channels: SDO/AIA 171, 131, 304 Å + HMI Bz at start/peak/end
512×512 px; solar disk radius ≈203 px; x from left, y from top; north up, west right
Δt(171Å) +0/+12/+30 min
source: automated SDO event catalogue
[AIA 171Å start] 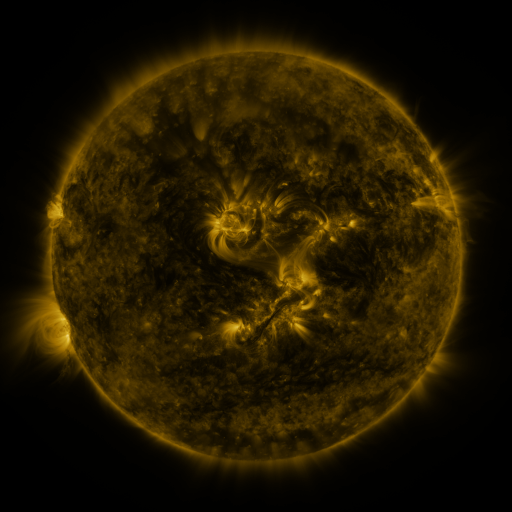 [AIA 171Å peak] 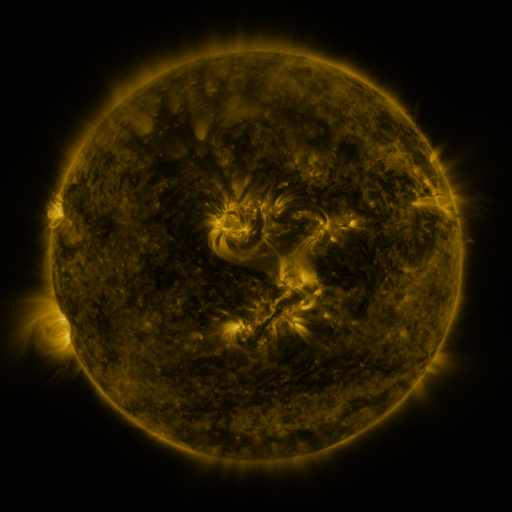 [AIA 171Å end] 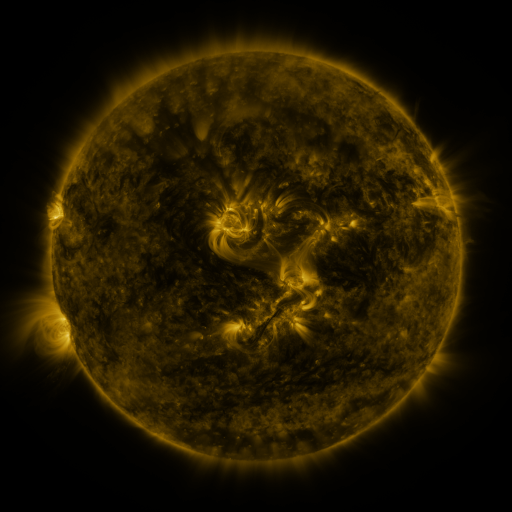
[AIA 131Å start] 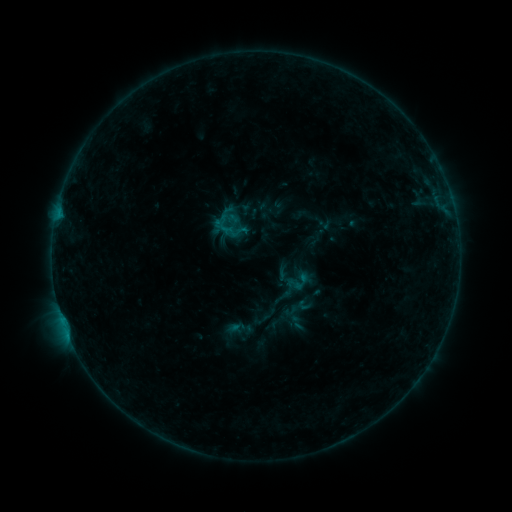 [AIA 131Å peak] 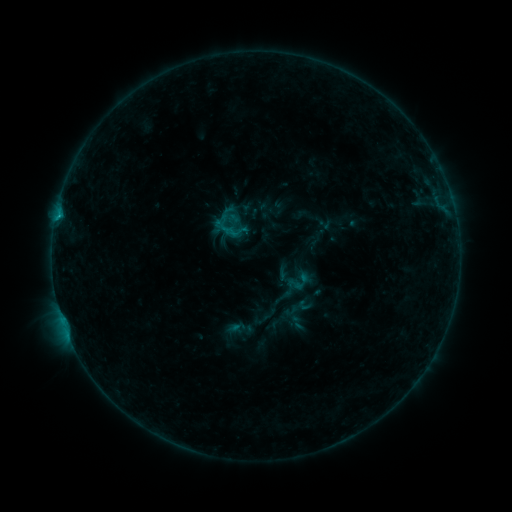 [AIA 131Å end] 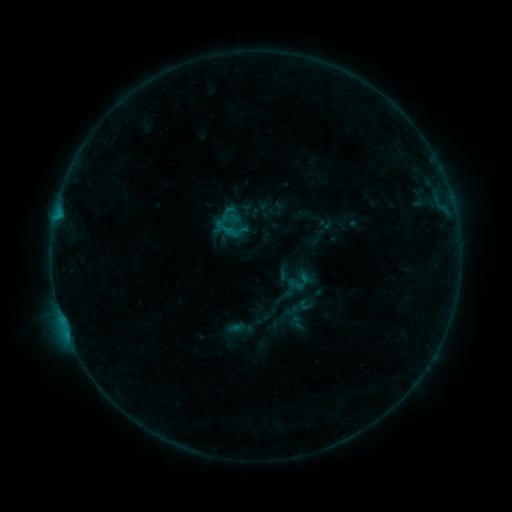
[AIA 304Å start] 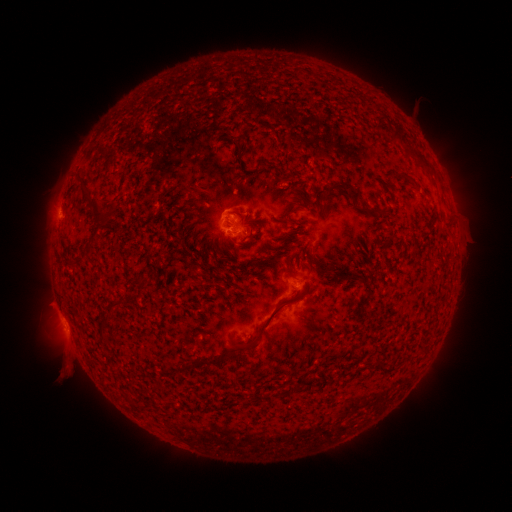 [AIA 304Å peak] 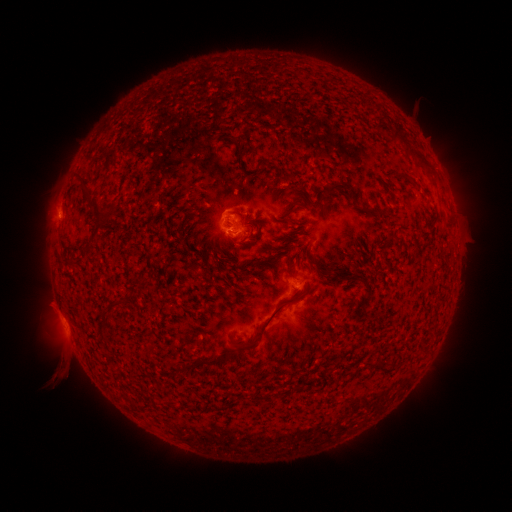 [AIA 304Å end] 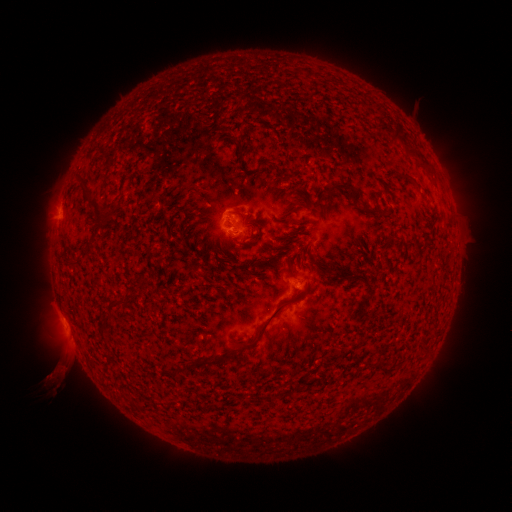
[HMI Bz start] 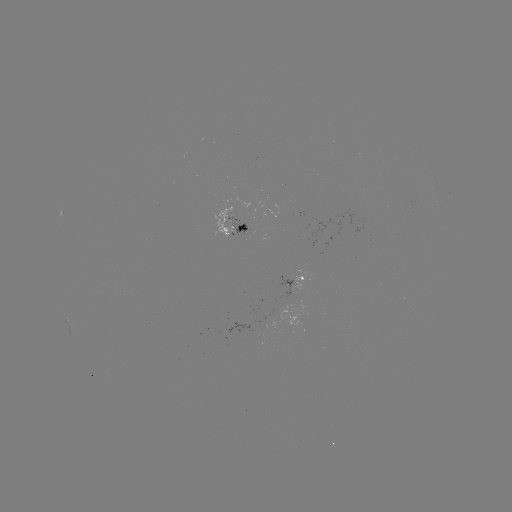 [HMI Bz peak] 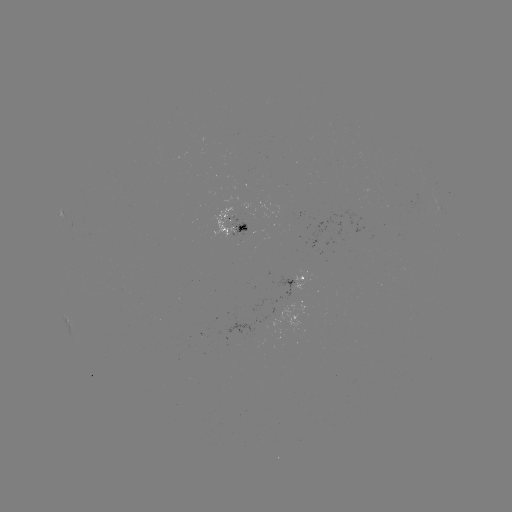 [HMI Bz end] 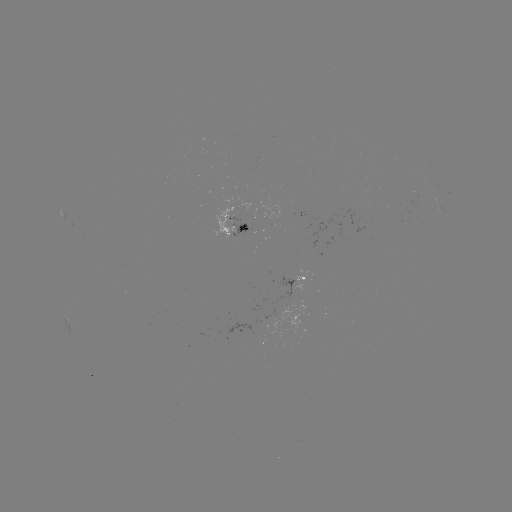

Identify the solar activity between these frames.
B5.9 flare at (59, 217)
